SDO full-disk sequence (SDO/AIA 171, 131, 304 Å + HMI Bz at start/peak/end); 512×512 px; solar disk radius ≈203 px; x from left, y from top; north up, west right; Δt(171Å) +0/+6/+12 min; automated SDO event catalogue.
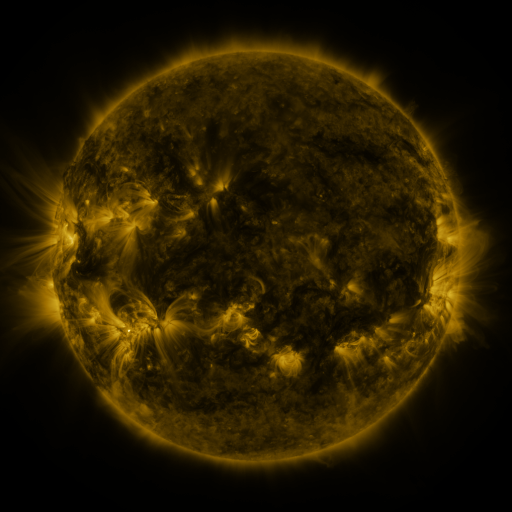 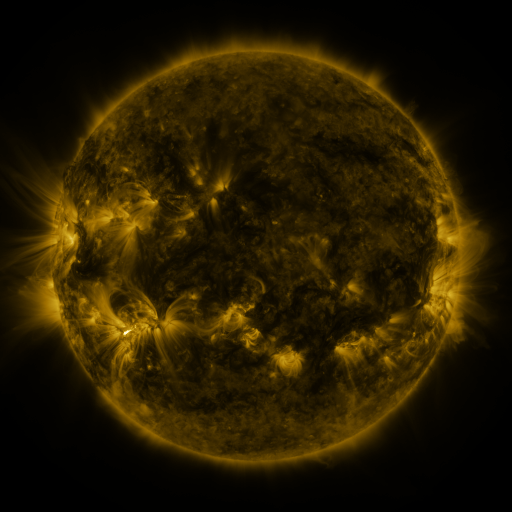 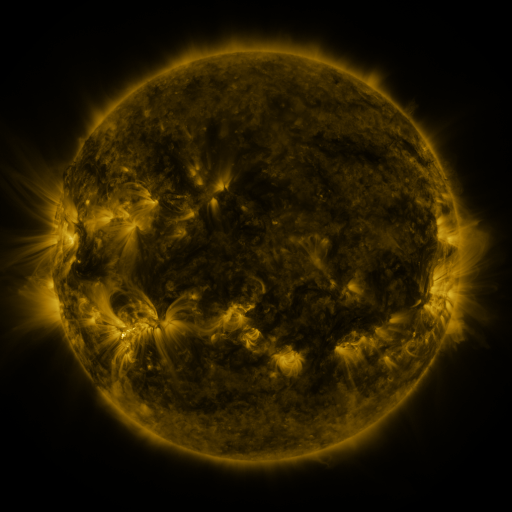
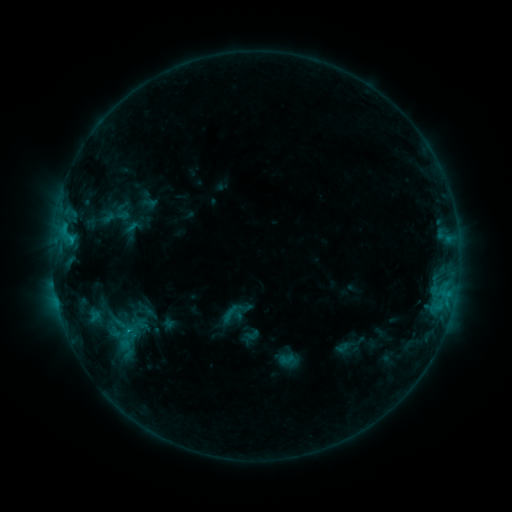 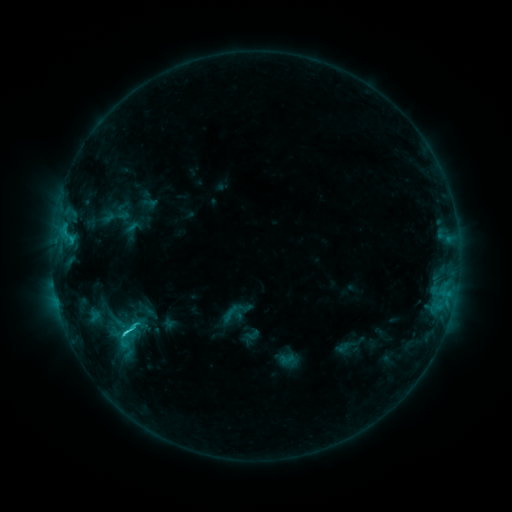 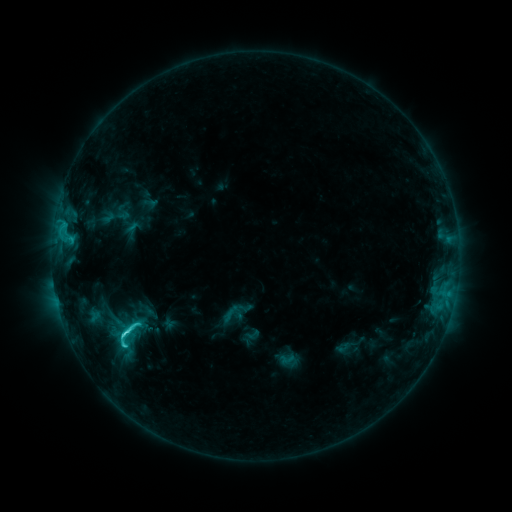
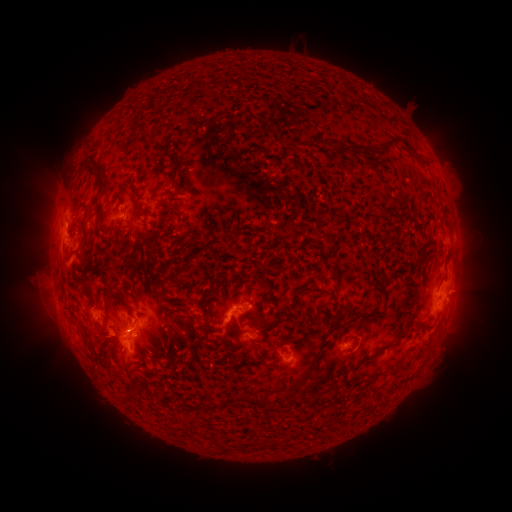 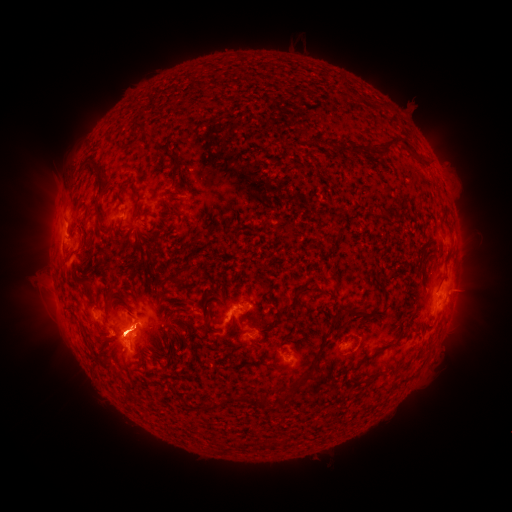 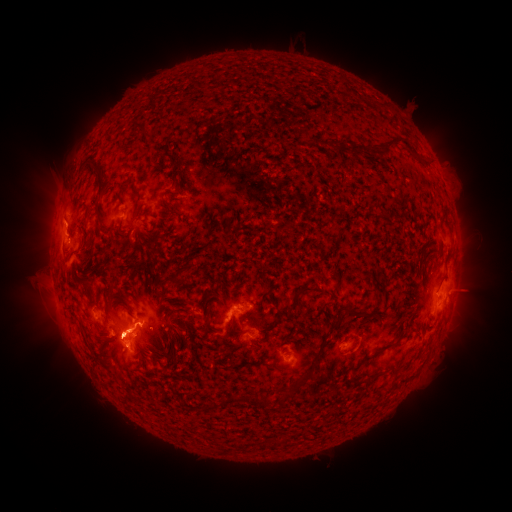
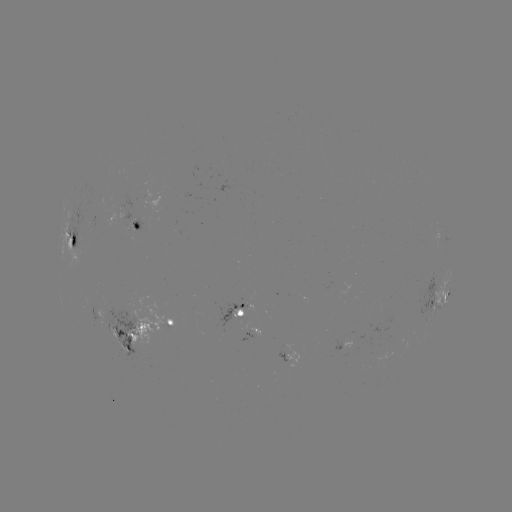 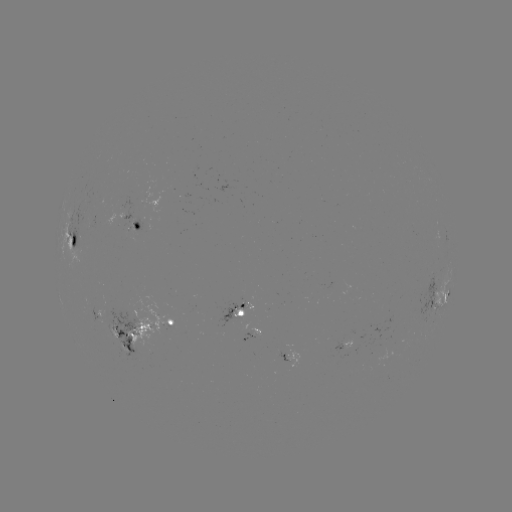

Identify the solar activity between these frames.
eruption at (116, 339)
